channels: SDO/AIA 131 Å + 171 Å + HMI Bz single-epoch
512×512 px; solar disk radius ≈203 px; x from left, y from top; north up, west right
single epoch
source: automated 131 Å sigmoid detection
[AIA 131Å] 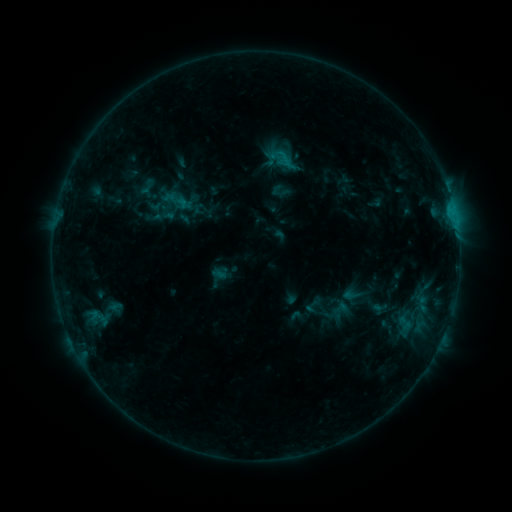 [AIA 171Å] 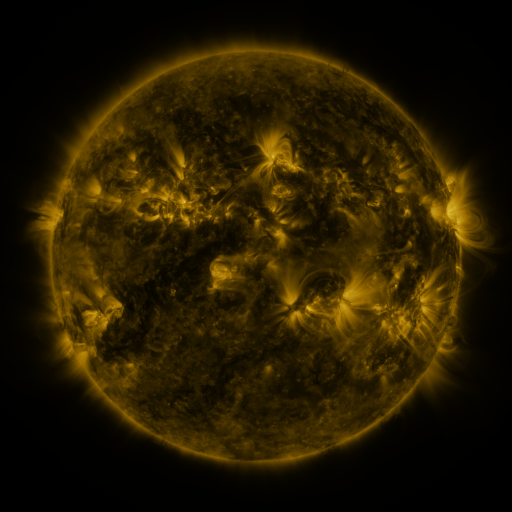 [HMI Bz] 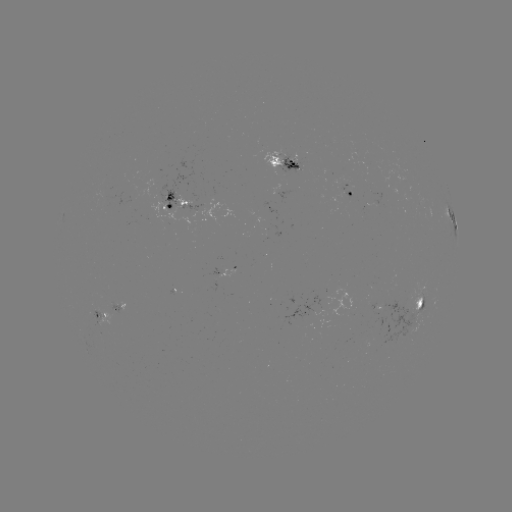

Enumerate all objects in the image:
sigmoid: (175, 205)
